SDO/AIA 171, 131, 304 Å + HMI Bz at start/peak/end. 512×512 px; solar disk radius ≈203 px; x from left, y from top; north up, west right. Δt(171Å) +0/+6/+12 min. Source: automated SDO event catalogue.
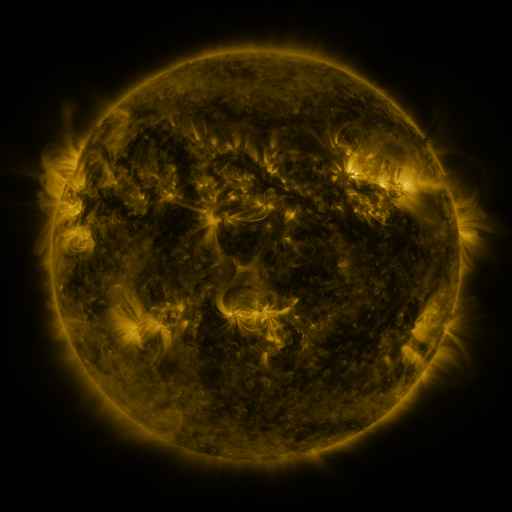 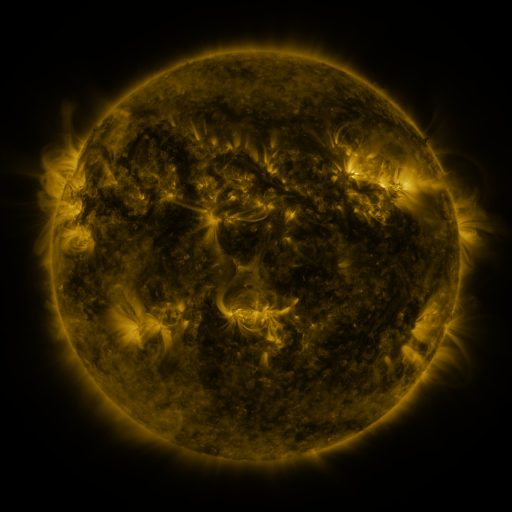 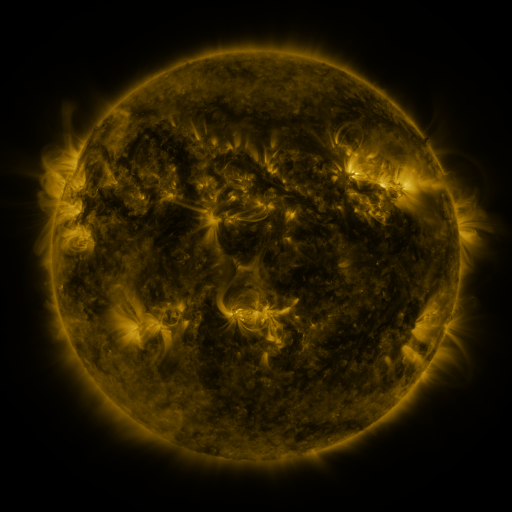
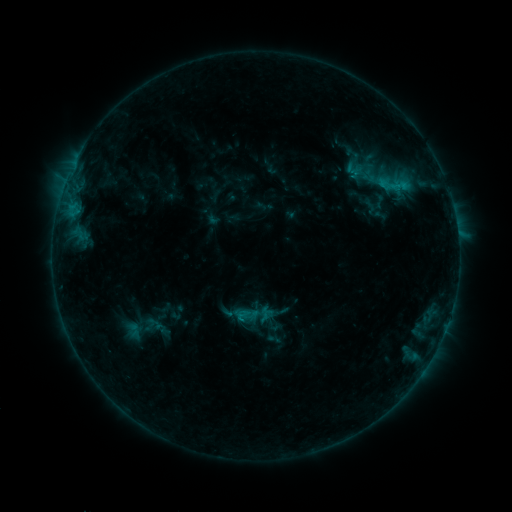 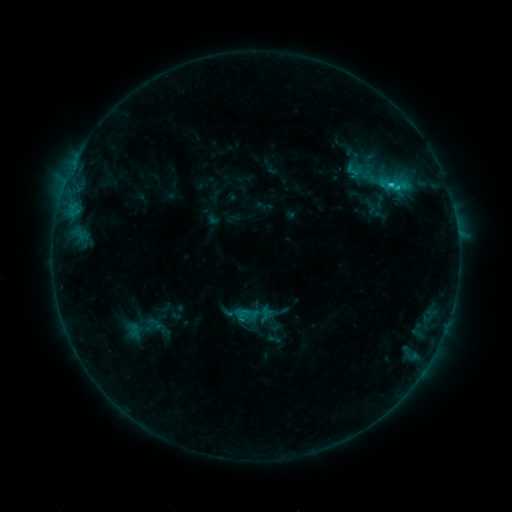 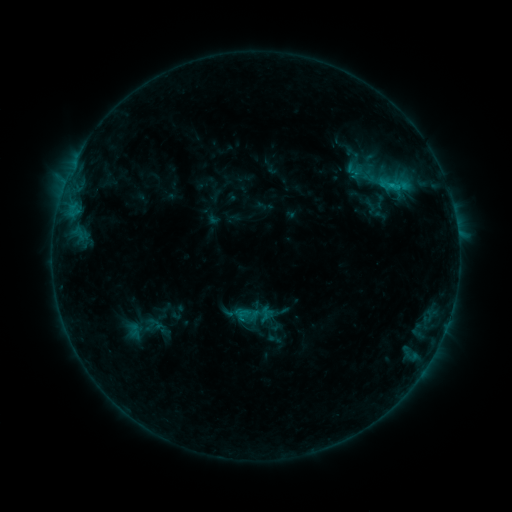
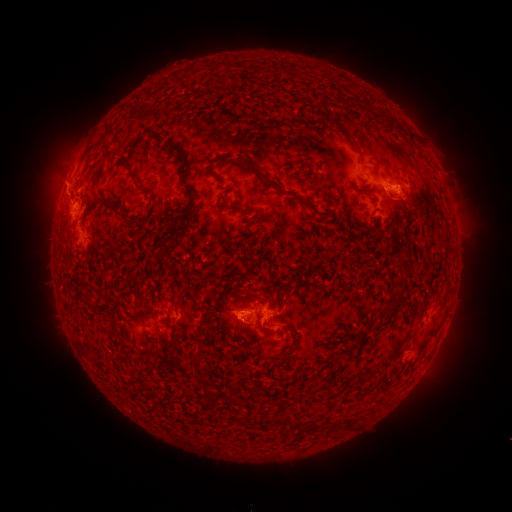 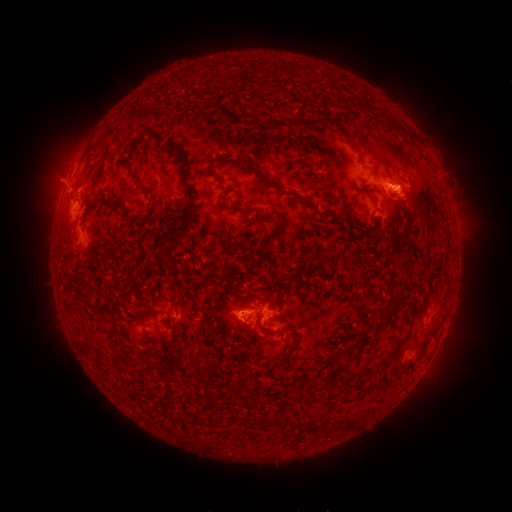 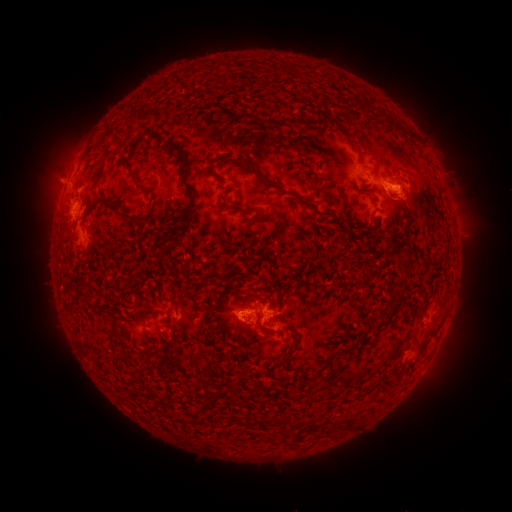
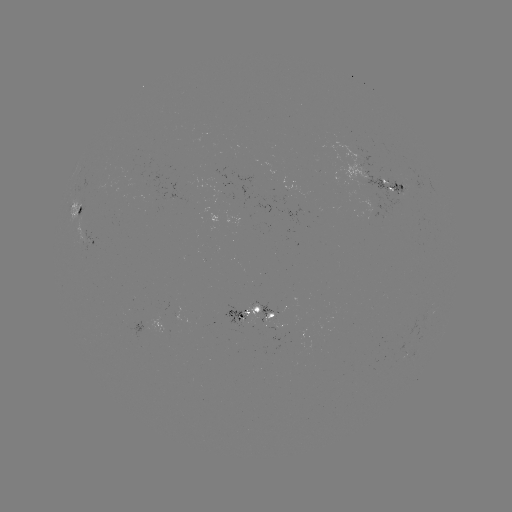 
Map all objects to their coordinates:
C1.5 flare: (389, 185)
